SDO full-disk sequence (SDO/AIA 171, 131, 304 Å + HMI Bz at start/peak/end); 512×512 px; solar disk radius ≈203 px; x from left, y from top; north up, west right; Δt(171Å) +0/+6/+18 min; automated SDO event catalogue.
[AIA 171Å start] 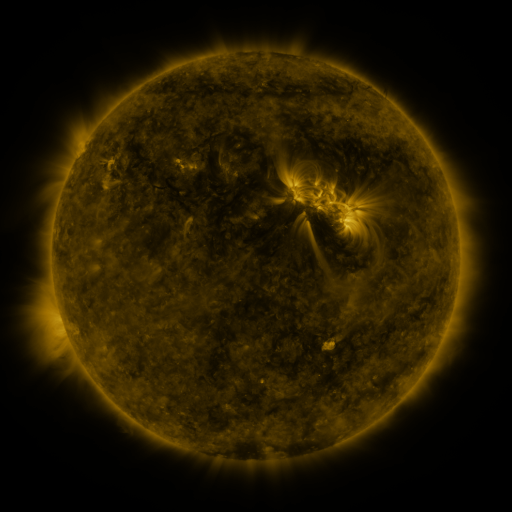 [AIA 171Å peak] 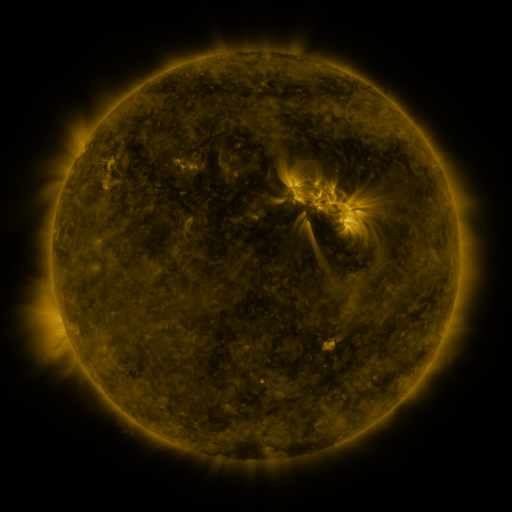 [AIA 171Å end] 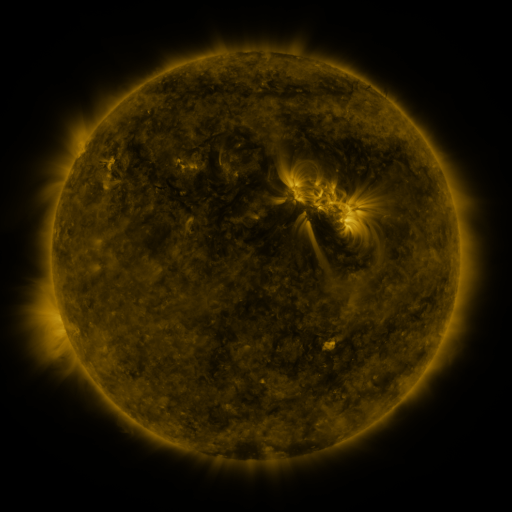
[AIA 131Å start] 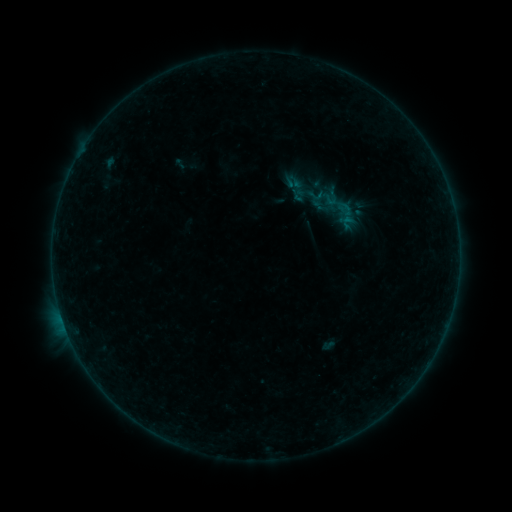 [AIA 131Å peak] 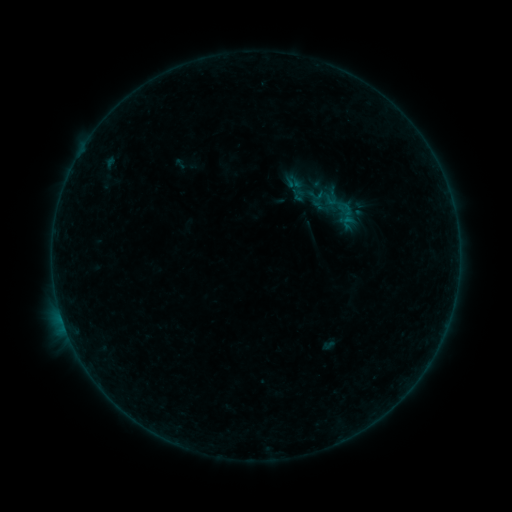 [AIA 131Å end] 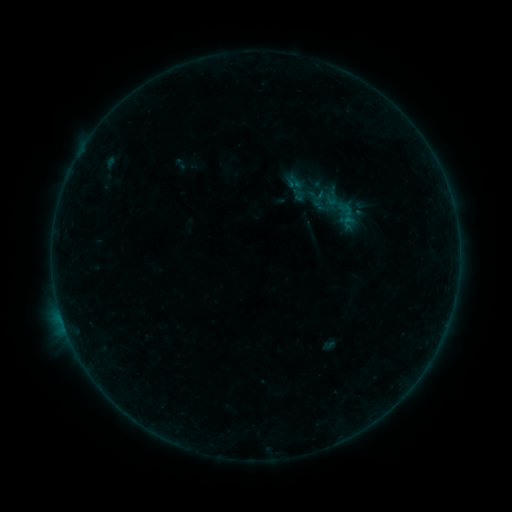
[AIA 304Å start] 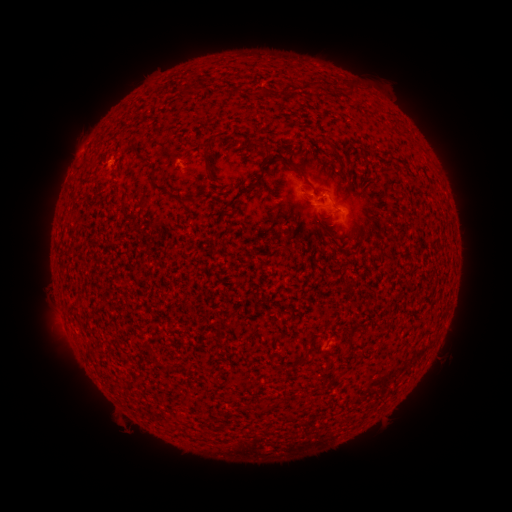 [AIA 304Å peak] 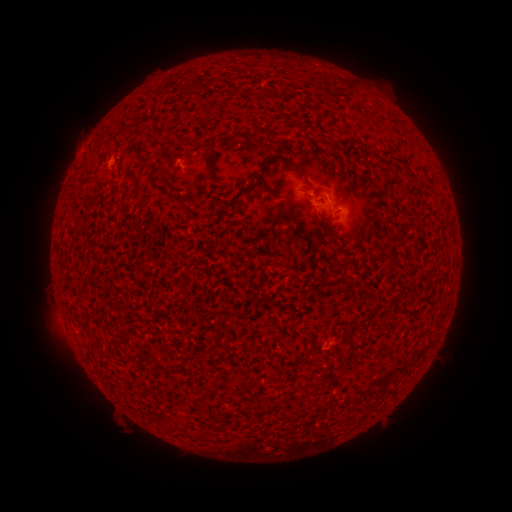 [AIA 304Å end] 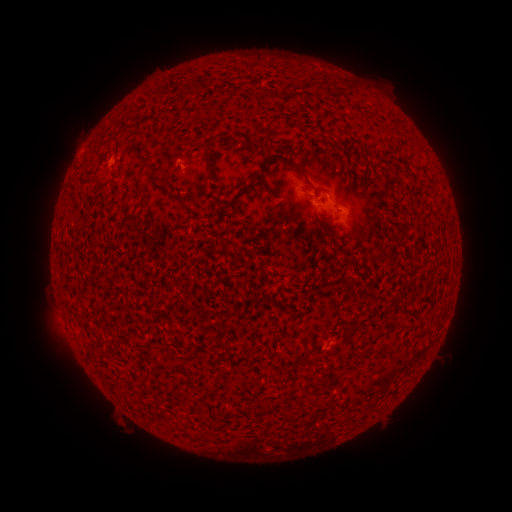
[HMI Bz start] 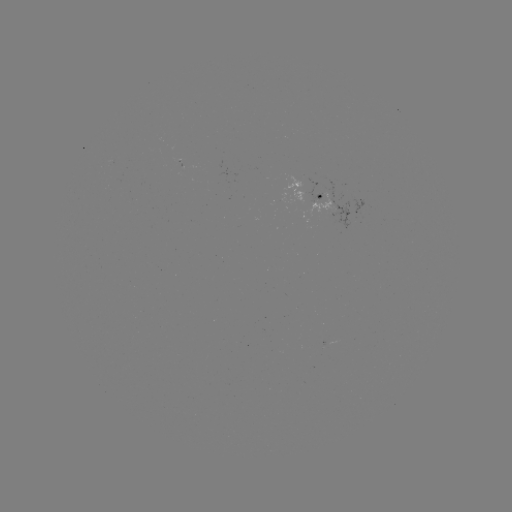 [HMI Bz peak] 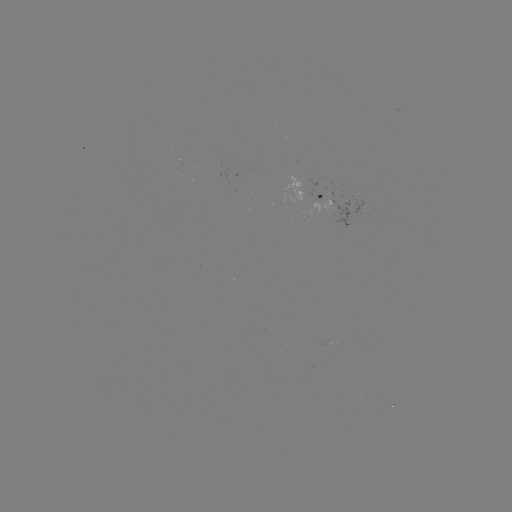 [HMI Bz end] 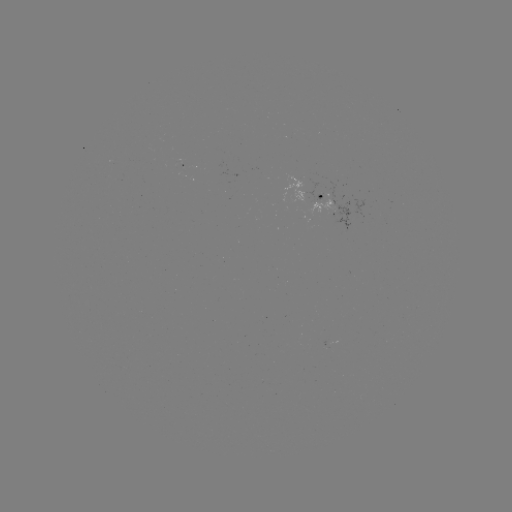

no catalogued flare and no flagged EUV brightening in this window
